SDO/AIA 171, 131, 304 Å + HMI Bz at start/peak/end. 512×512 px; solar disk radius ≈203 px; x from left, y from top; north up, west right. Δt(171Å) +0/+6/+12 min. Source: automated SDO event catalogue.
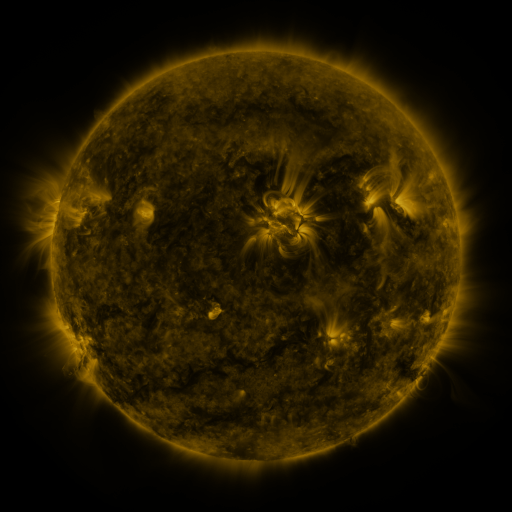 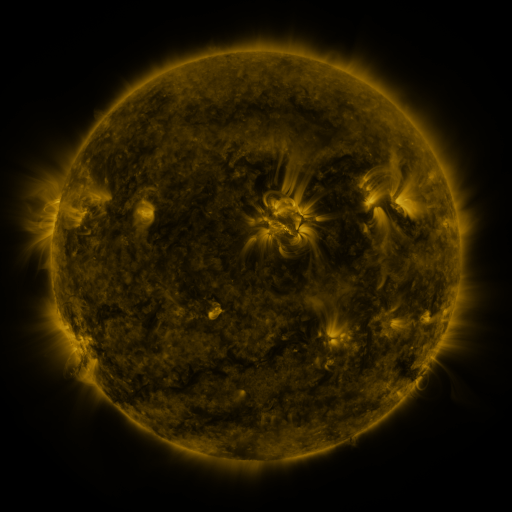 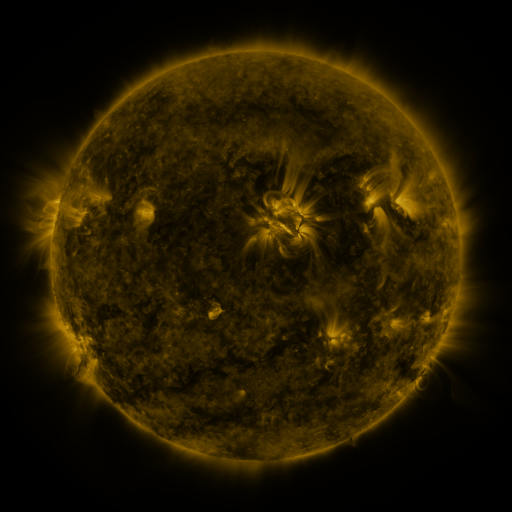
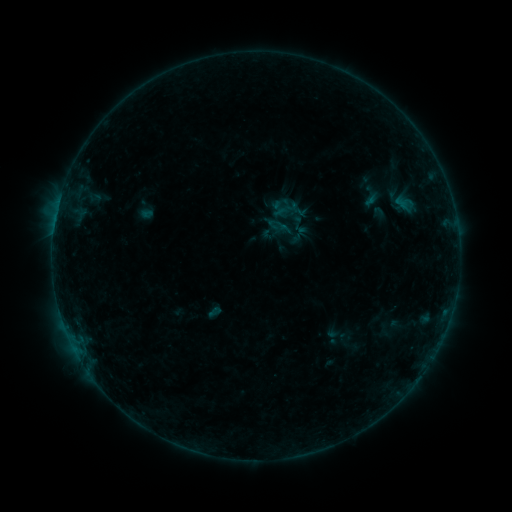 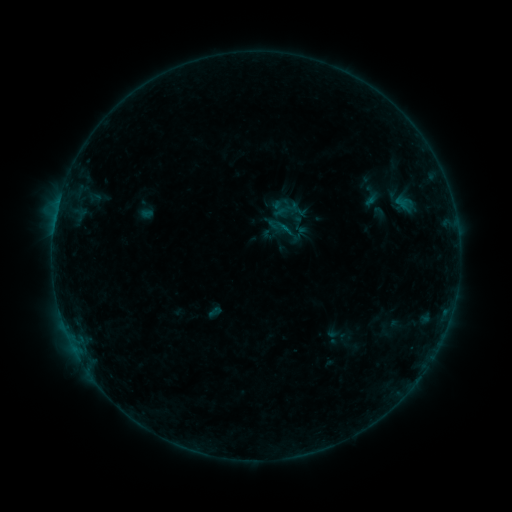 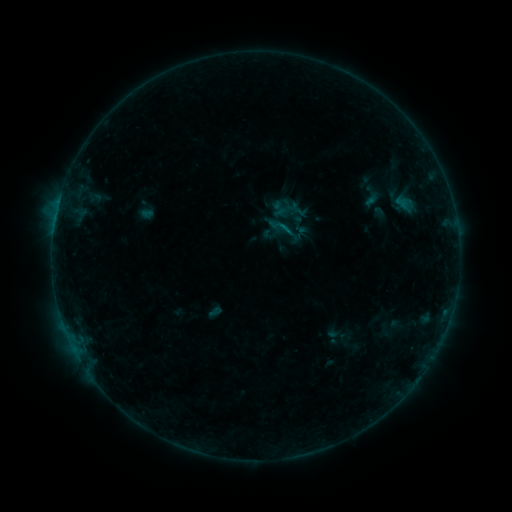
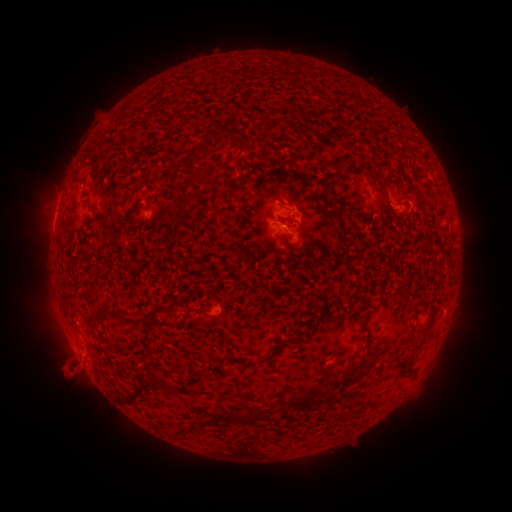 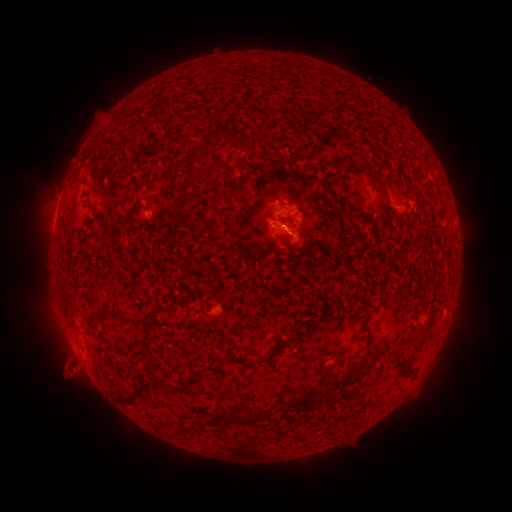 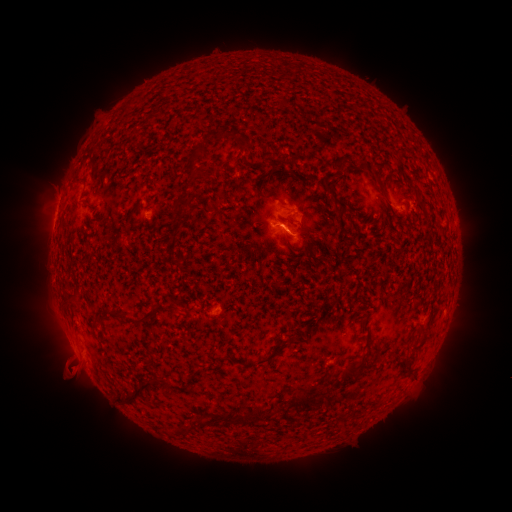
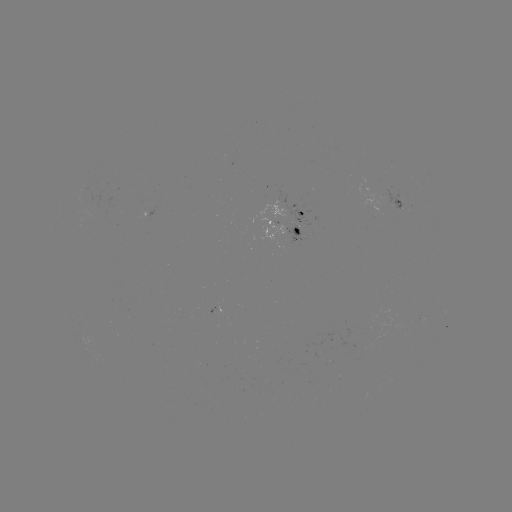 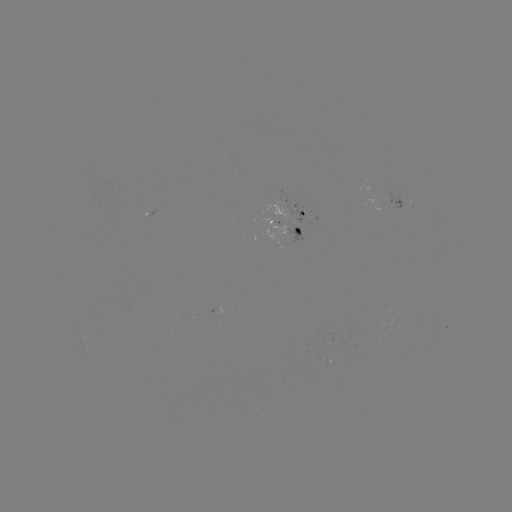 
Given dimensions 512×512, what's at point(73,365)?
eruption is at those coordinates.